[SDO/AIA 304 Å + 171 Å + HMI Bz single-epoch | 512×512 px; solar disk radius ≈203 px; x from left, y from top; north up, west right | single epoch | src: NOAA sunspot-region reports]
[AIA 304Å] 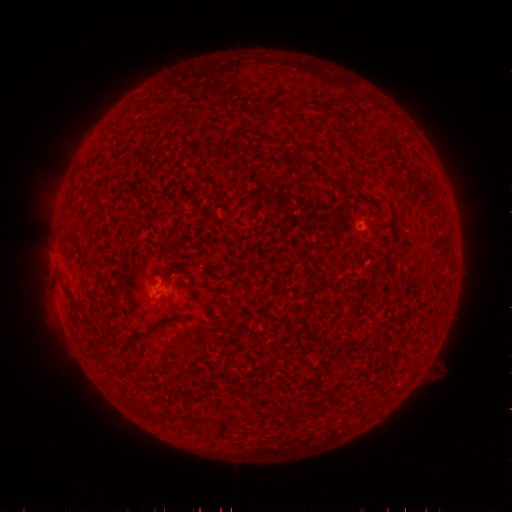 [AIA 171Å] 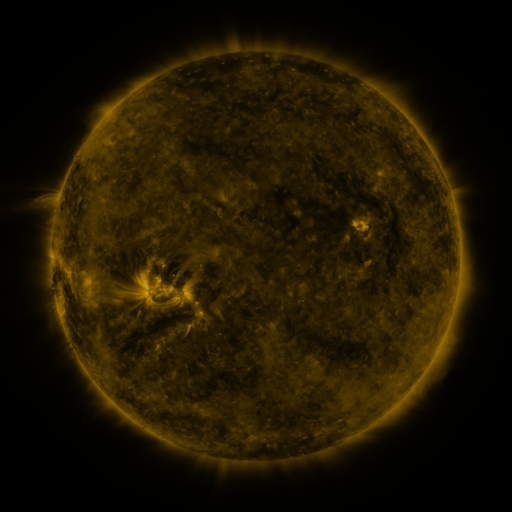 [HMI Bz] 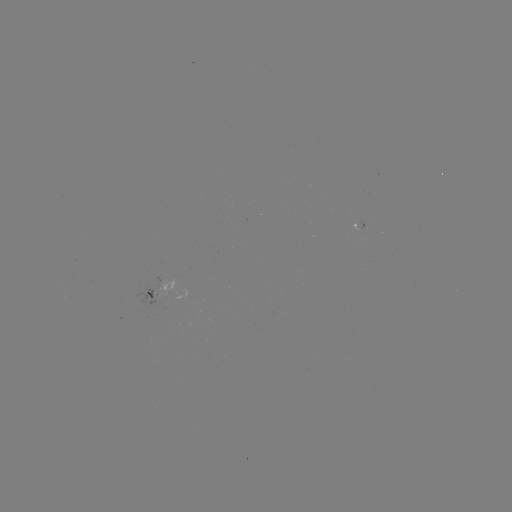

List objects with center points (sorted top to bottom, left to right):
spotted active region: (362, 224)
spotted active region: (151, 291)
